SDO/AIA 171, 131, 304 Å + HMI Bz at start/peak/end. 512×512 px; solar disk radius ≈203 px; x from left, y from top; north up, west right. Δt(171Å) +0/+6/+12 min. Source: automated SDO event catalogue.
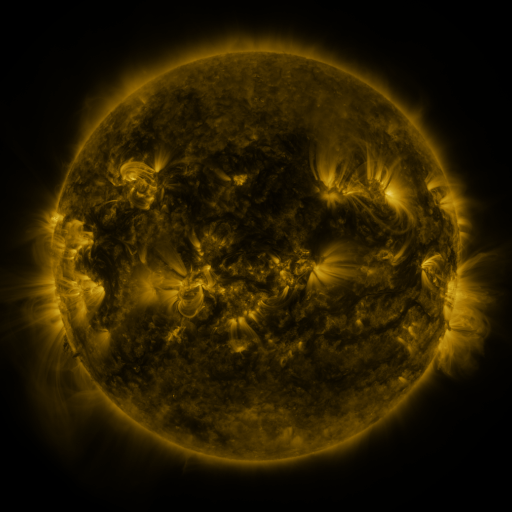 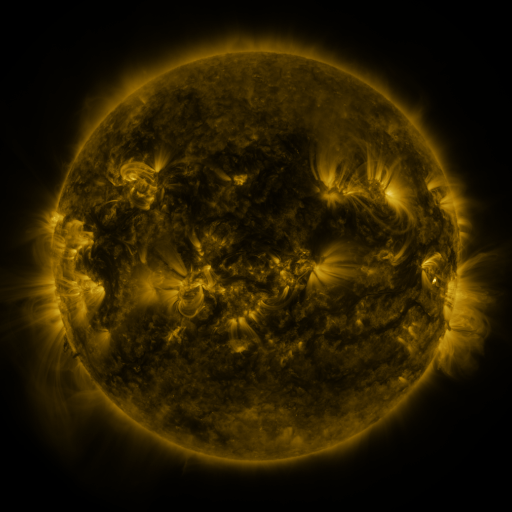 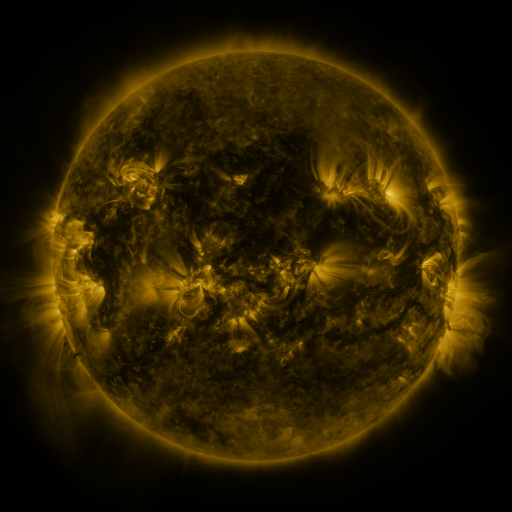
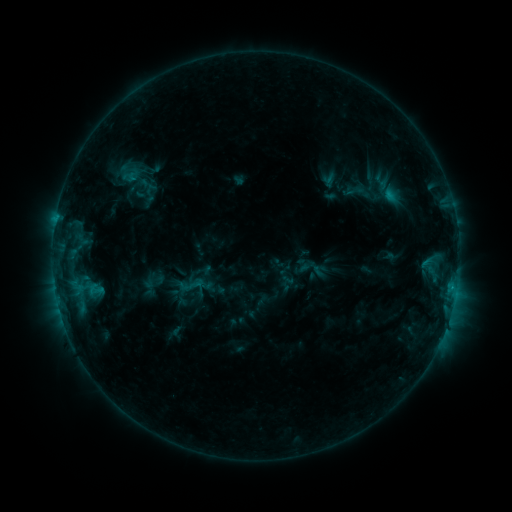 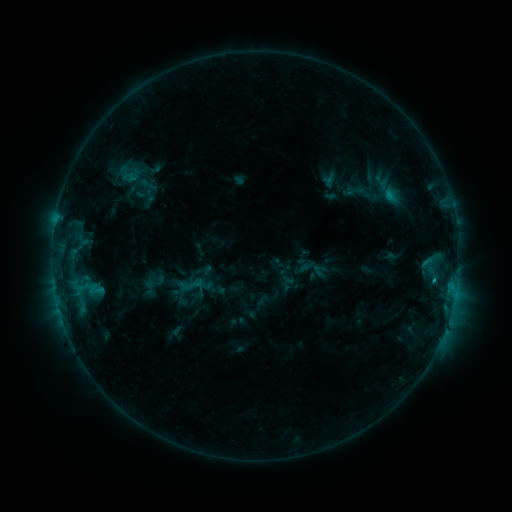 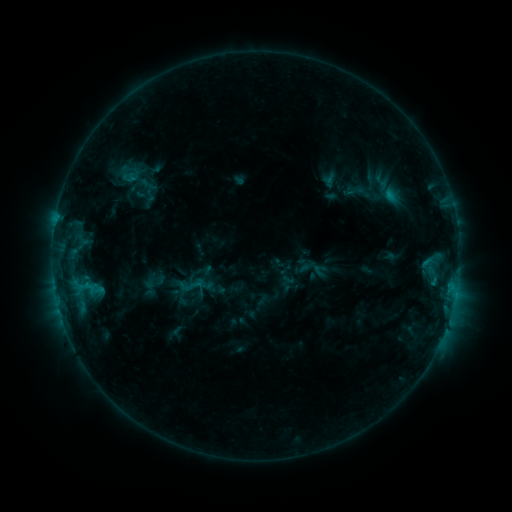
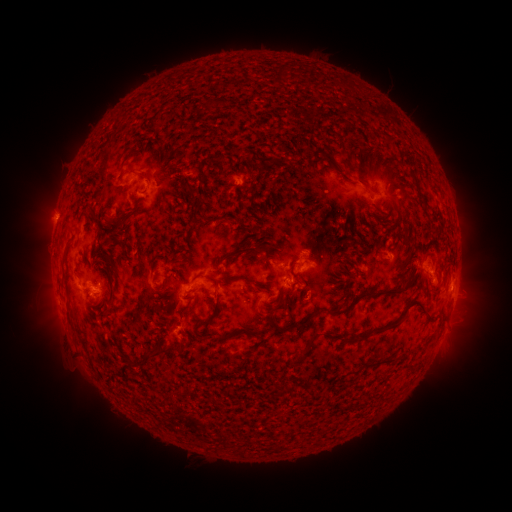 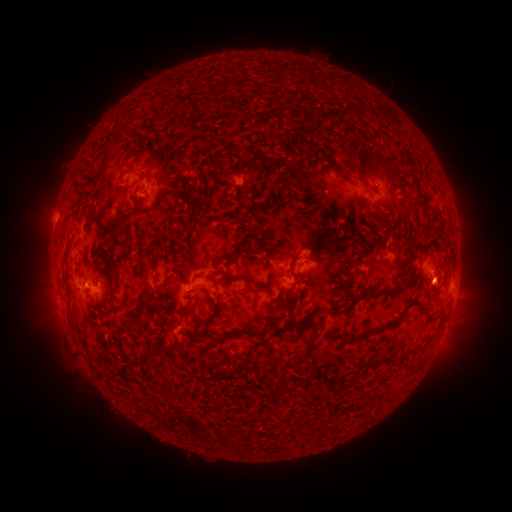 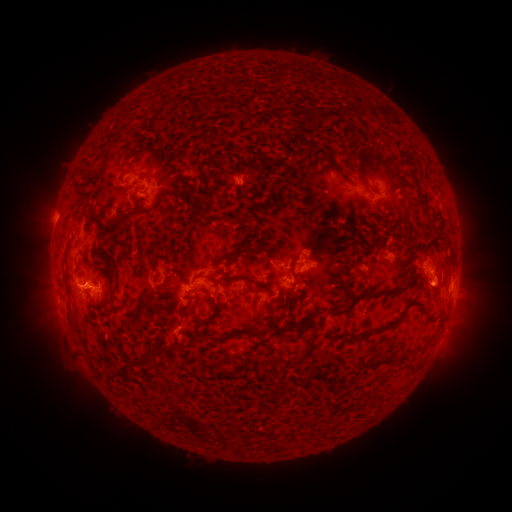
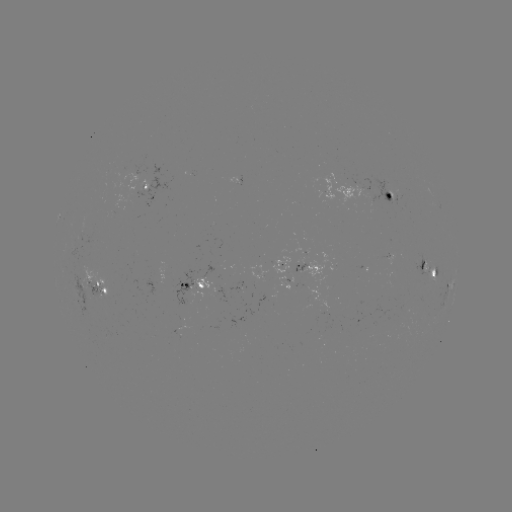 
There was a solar eruption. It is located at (432, 288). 